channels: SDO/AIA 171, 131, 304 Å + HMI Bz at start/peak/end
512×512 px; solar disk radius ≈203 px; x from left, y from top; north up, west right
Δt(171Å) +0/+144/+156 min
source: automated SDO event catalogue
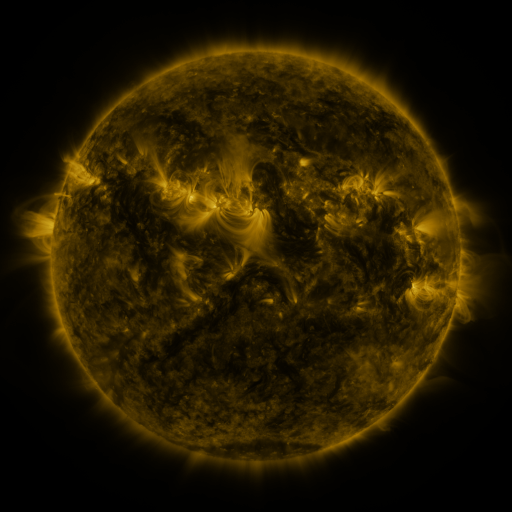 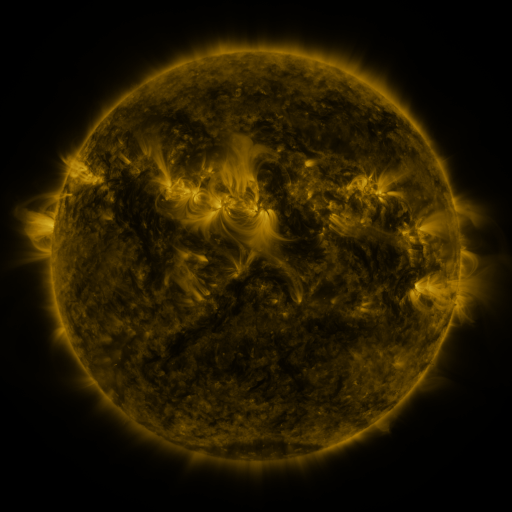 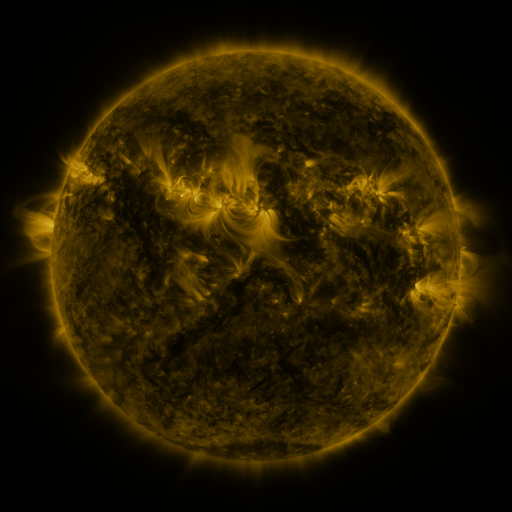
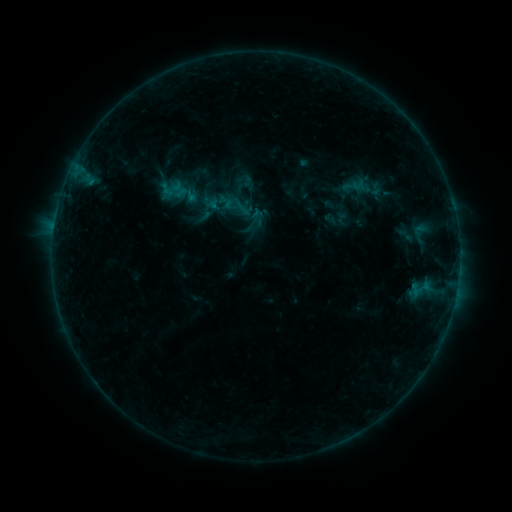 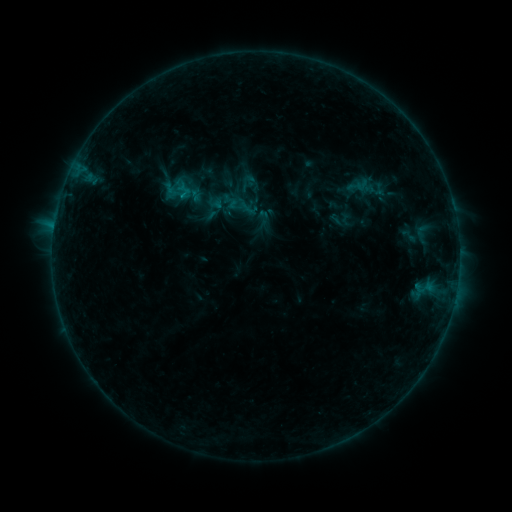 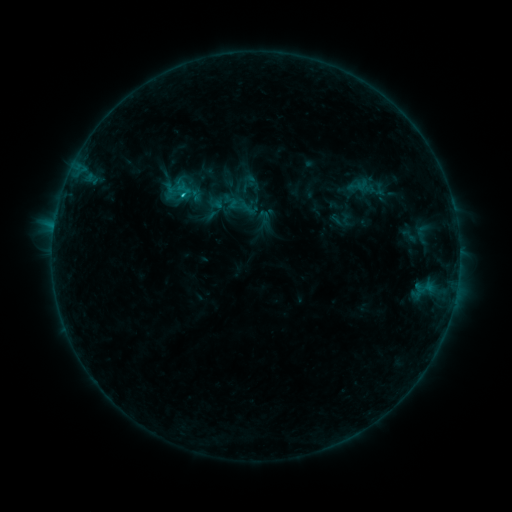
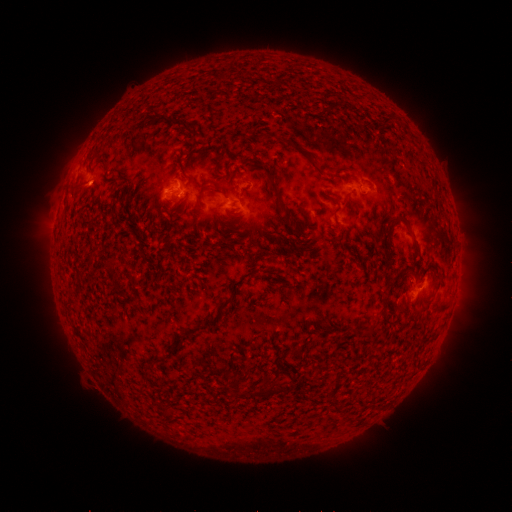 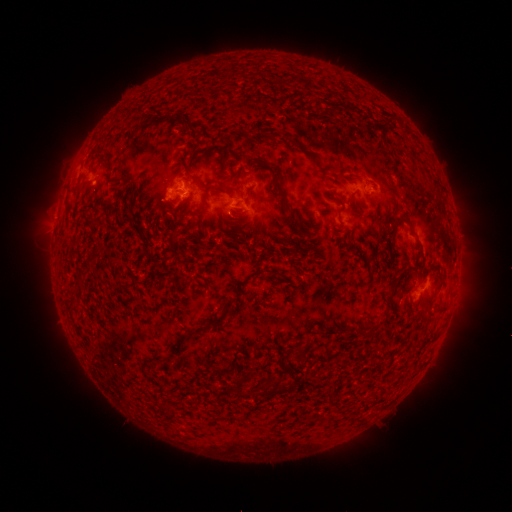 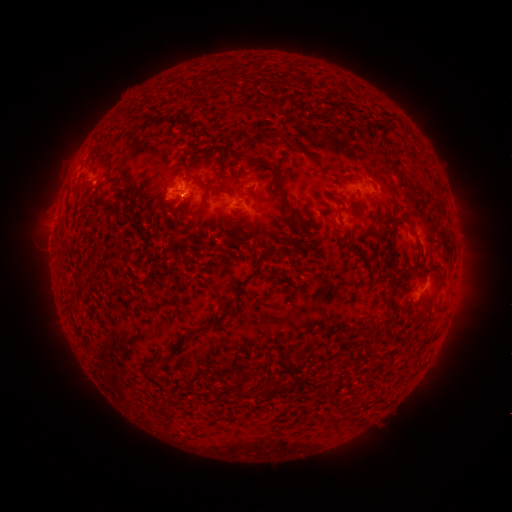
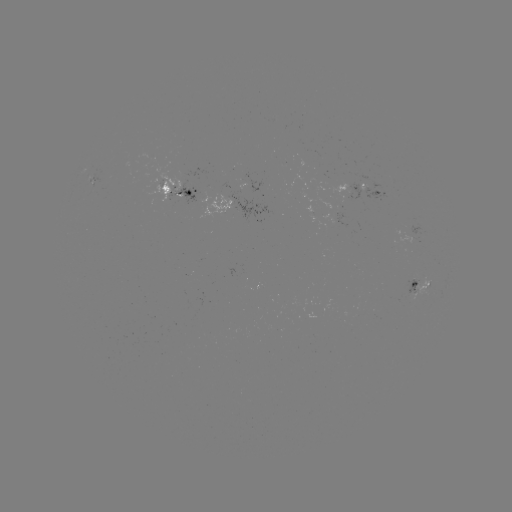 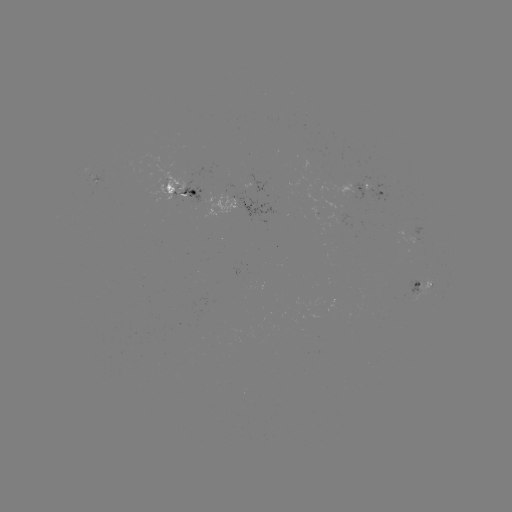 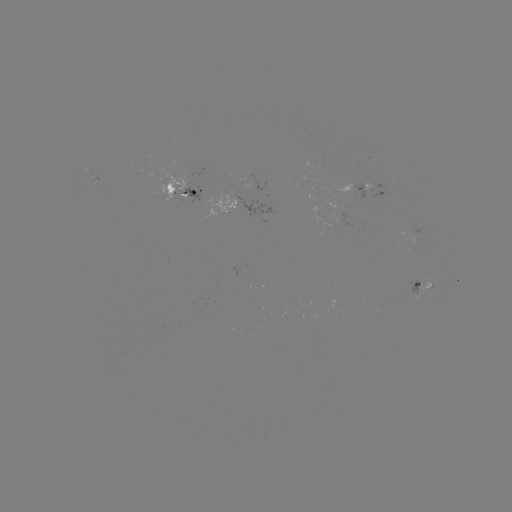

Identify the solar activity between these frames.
emerging-flux region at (187, 178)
